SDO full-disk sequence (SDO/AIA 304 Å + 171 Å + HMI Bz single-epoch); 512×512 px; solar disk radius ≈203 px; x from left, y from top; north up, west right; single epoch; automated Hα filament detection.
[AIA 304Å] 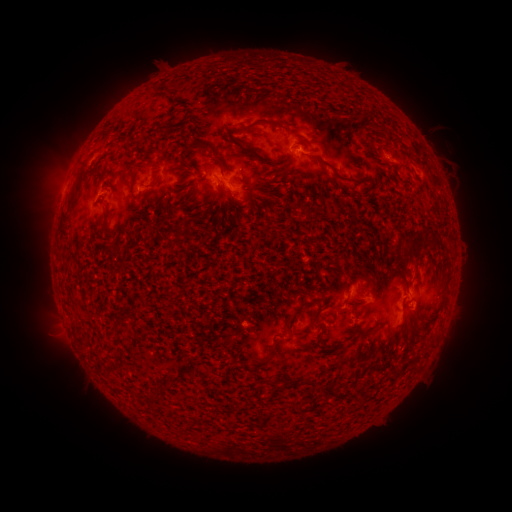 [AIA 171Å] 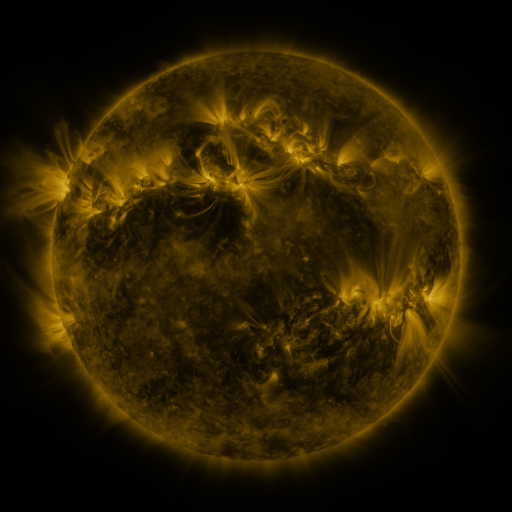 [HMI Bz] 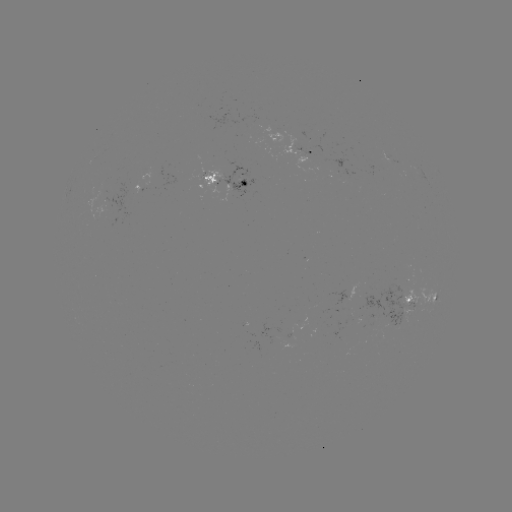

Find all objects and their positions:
filament: <bbox>251, 119, 269, 127</bbox>
filament: <bbox>200, 140, 214, 150</bbox>
filament: <bbox>243, 145, 256, 154</bbox>
filament: <bbox>310, 154, 349, 184</bbox>
filament: <bbox>218, 178, 227, 186</bbox>
filament: <bbox>68, 182, 81, 207</bbox>
filament: <bbox>102, 208, 114, 235</bbox>
filament: <bbox>174, 228, 183, 241</bbox>
filament: <bbox>401, 240, 421, 261</bbox>
filament: <bbox>284, 301, 309, 333</bbox>
filament: <bbox>309, 307, 323, 326</bbox>
filament: <bbox>383, 327, 391, 339</bbox>
filament: <bbox>105, 343, 116, 351</bbox>
filament: <bbox>264, 350, 273, 362</bbox>
filament: <bbox>165, 371, 175, 382</bbox>
filament: <bbox>150, 387, 160, 400</bbox>
